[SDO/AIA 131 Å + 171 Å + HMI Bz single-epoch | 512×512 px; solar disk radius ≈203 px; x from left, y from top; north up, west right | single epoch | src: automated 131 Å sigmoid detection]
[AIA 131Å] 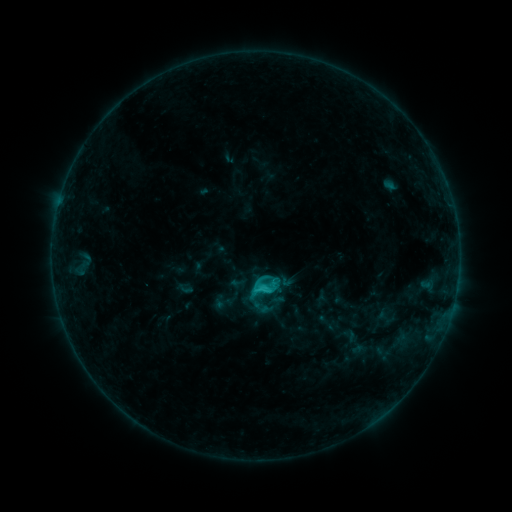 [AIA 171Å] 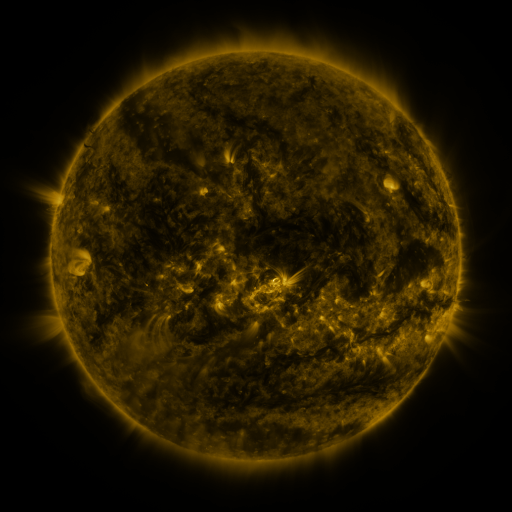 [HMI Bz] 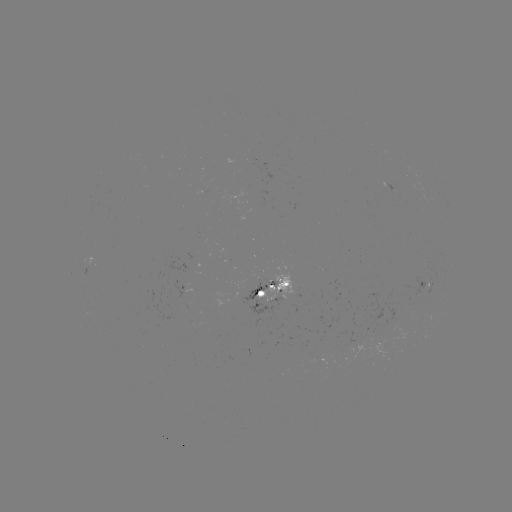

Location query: sigmoid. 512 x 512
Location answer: (260, 308).